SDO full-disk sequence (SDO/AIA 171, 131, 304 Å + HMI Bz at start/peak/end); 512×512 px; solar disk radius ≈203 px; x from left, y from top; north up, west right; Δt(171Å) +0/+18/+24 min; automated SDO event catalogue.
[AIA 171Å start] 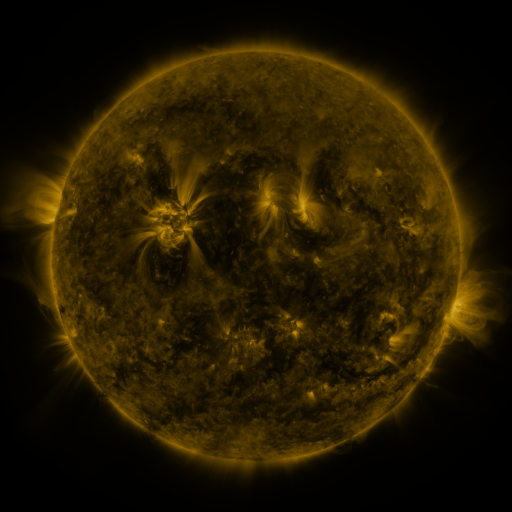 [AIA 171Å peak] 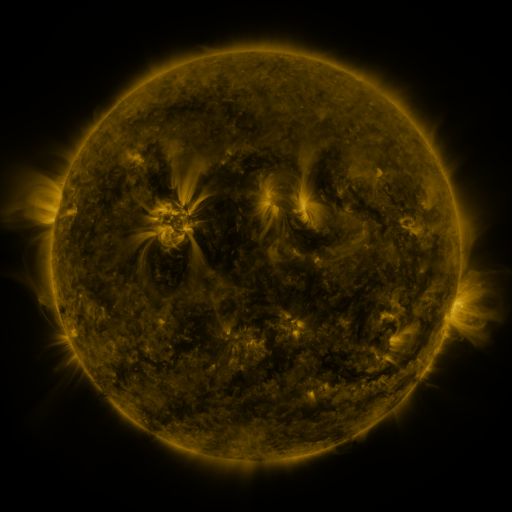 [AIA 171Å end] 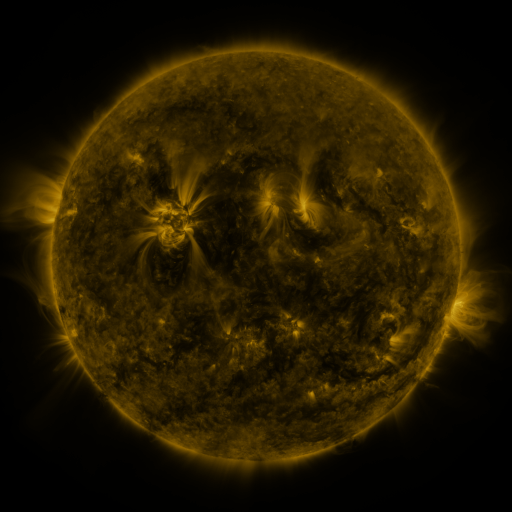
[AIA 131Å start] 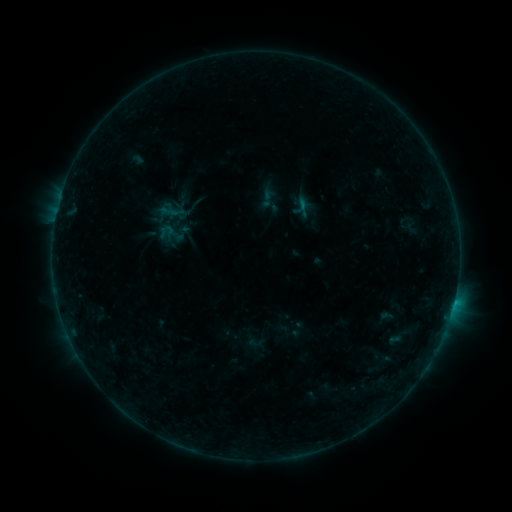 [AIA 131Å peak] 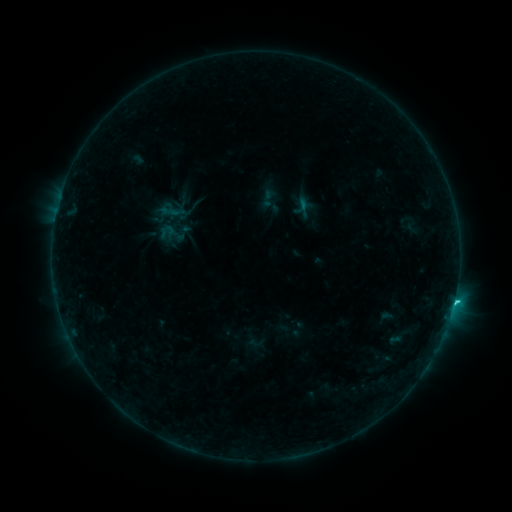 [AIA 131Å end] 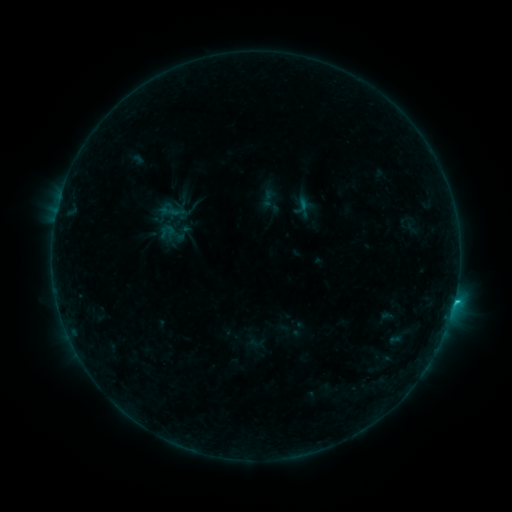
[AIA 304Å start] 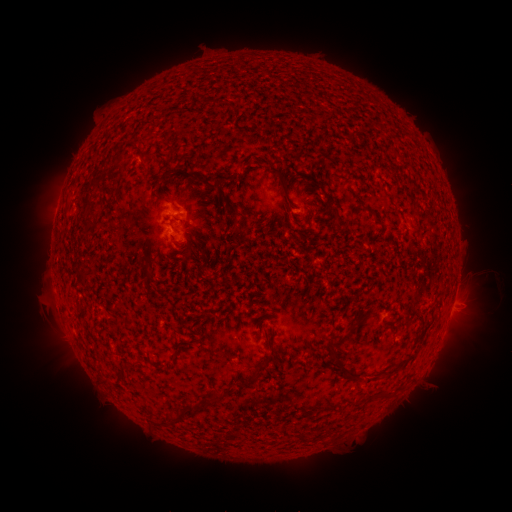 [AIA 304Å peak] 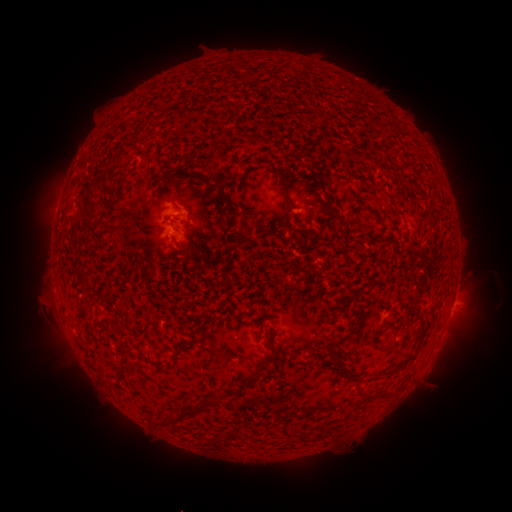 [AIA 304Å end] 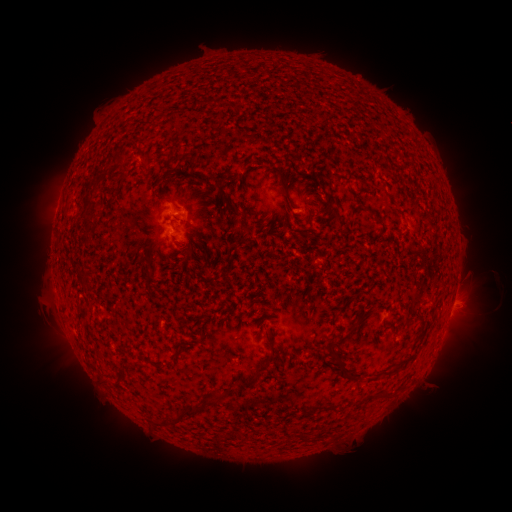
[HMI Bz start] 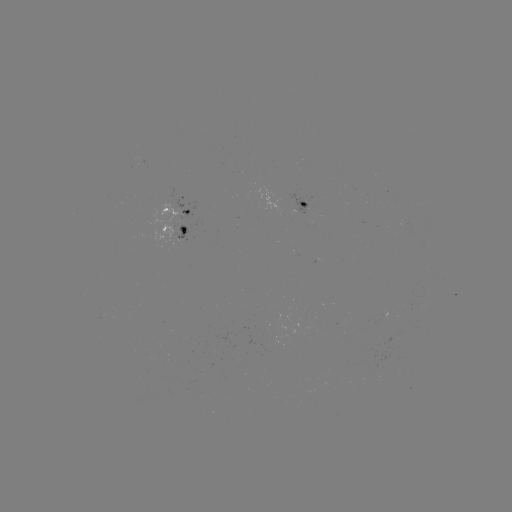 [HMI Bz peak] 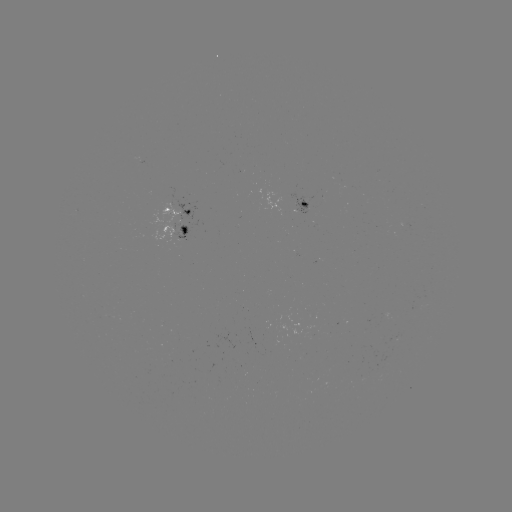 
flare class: C1.1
